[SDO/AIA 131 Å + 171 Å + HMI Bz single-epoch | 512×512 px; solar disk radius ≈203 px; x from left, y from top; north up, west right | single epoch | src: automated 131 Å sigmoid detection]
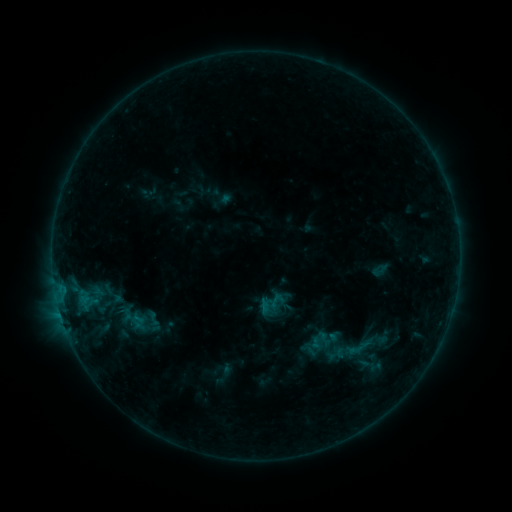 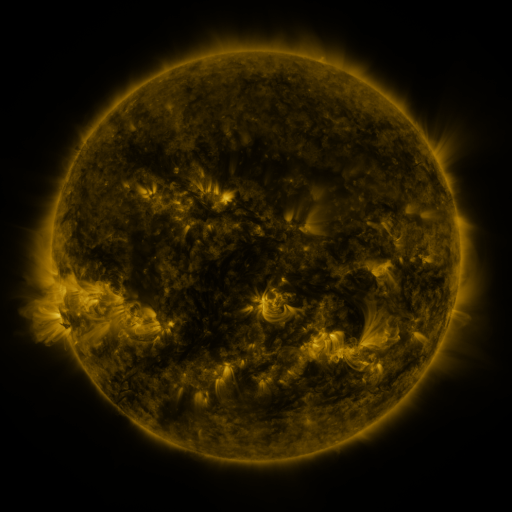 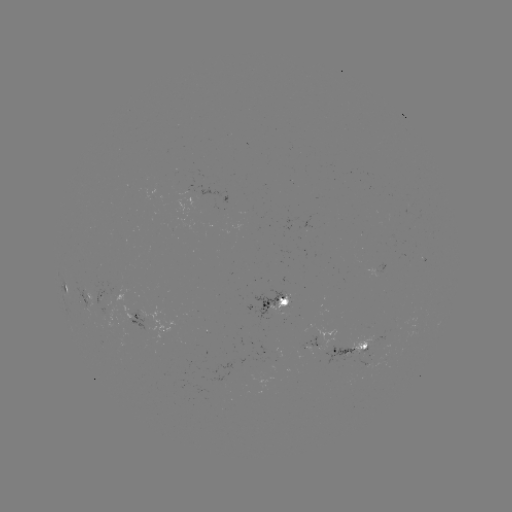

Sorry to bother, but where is sigmoid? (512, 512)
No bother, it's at (272, 304).